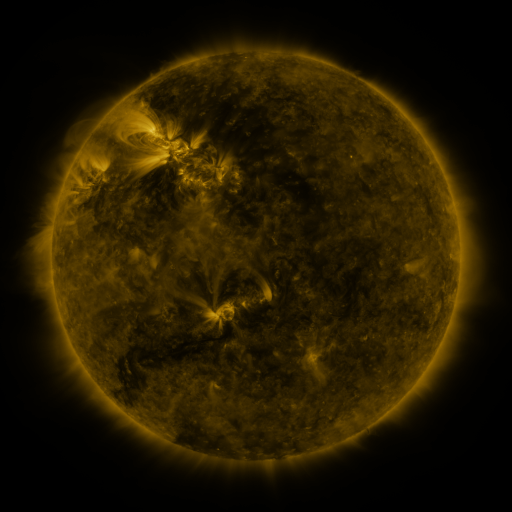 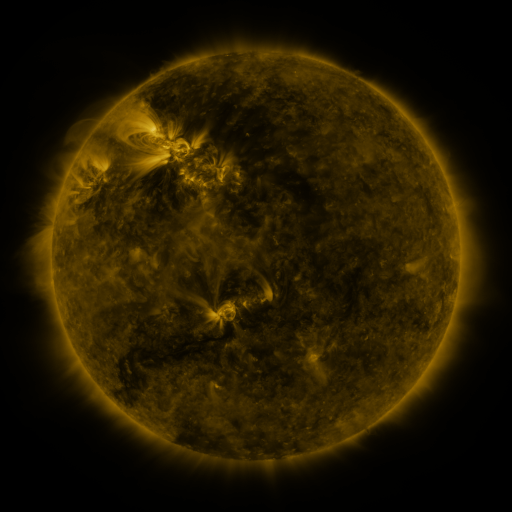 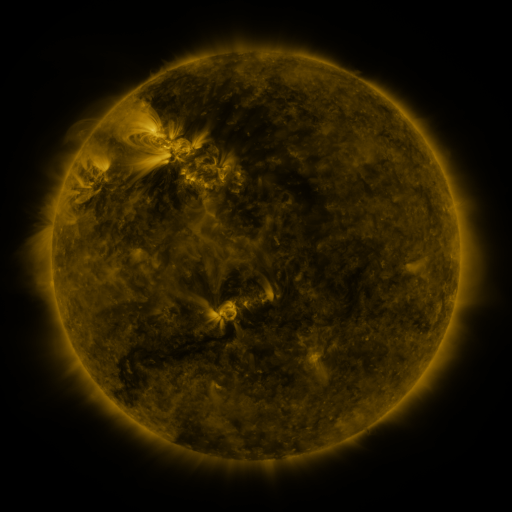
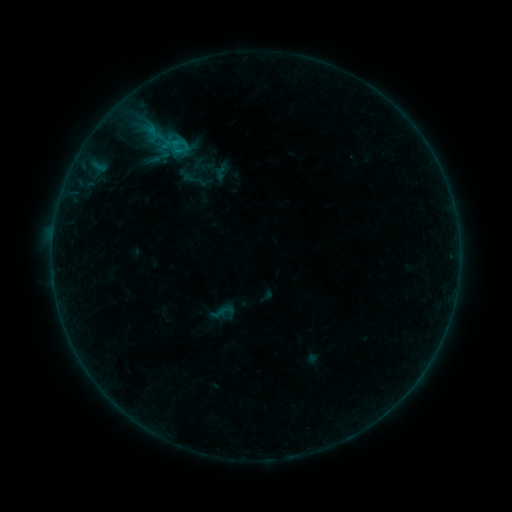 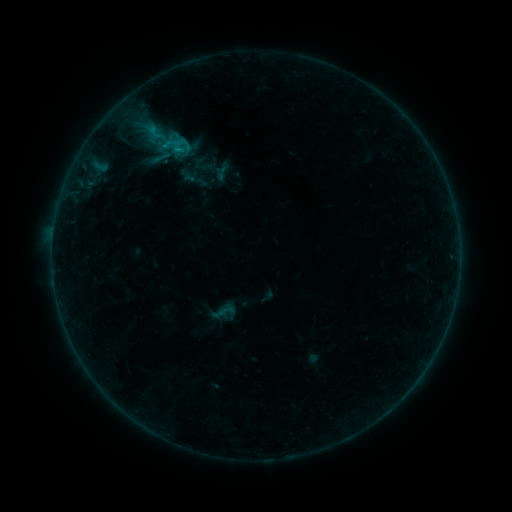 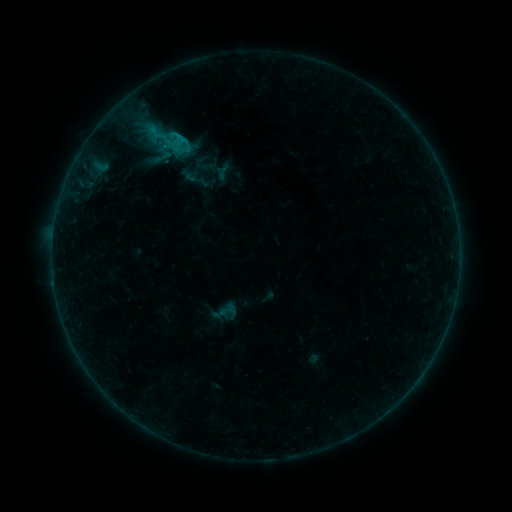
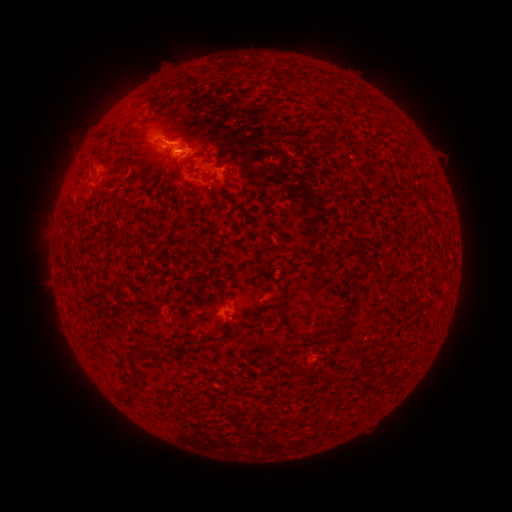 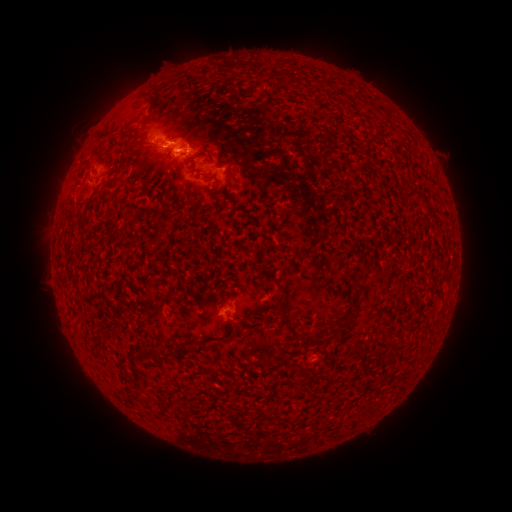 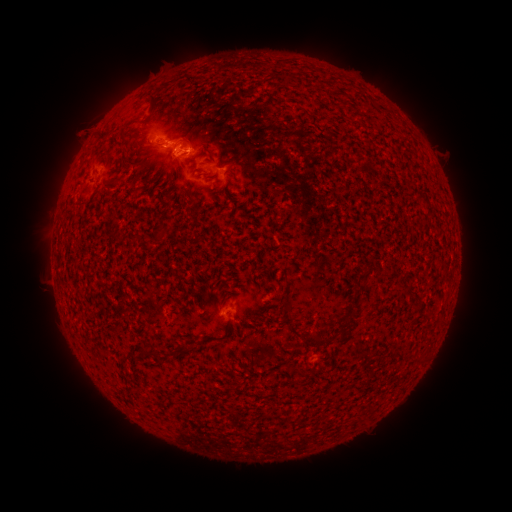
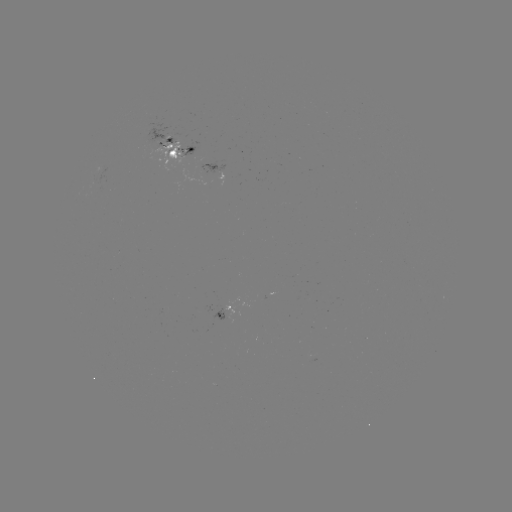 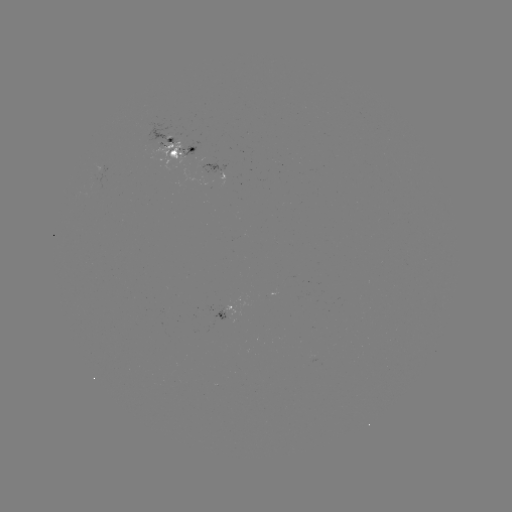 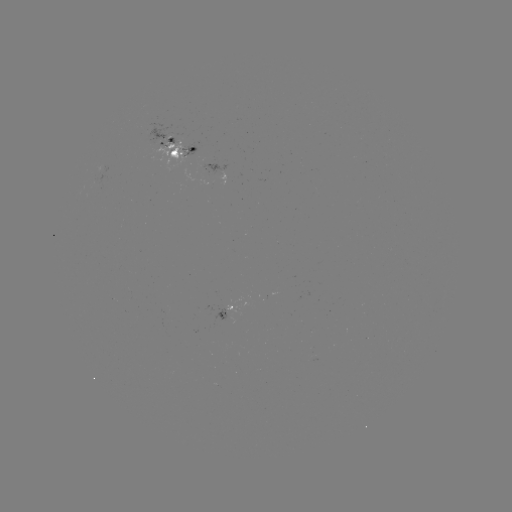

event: emerging-flux region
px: (226, 317)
